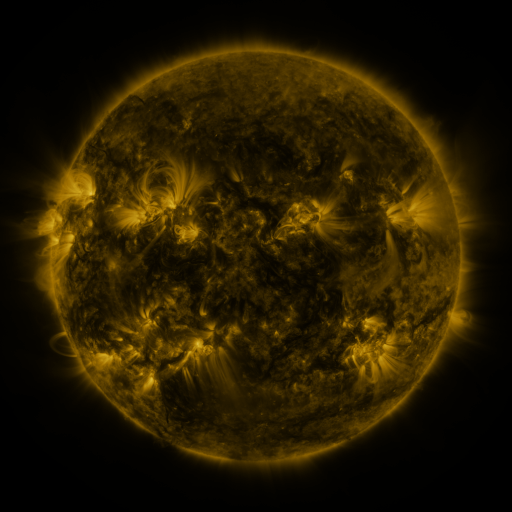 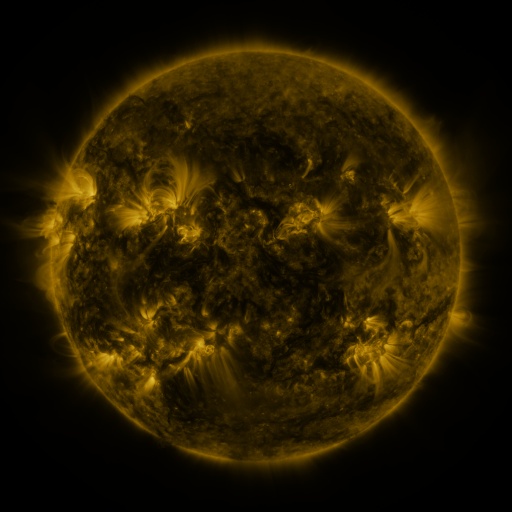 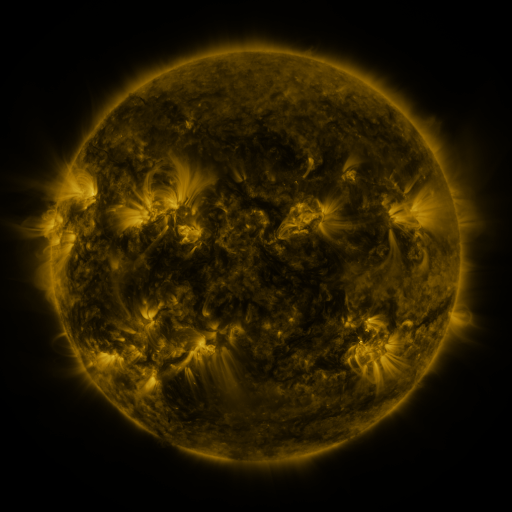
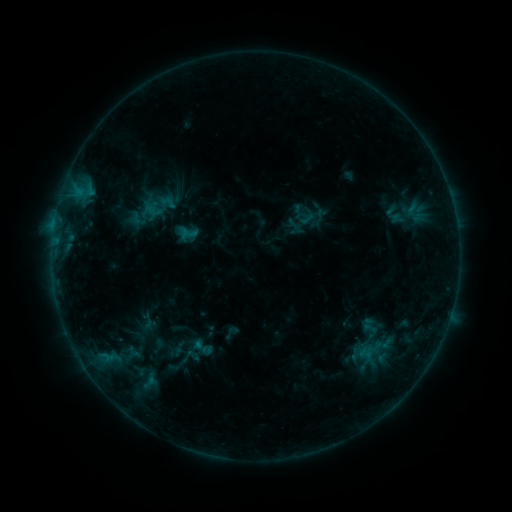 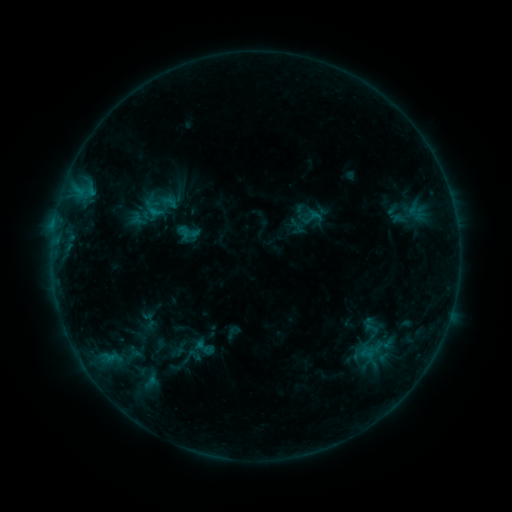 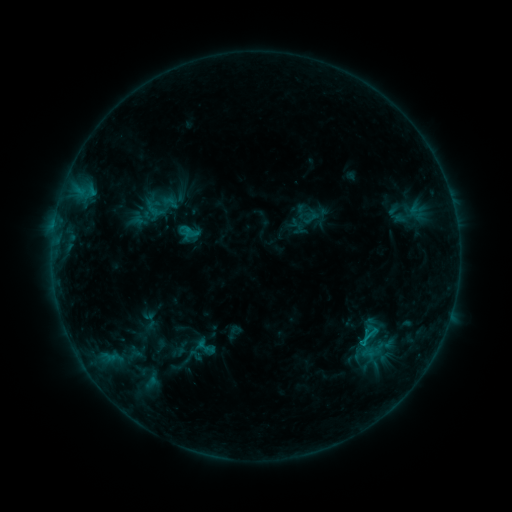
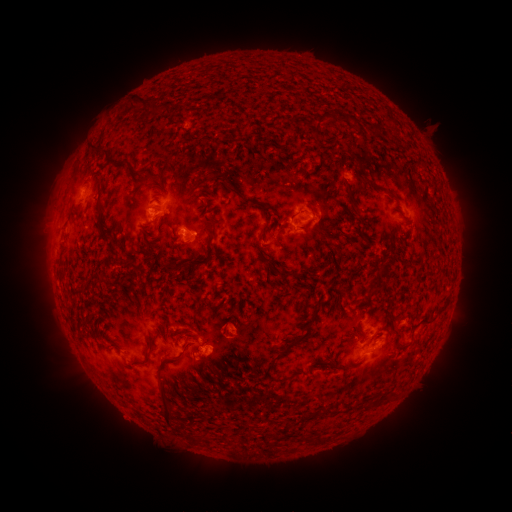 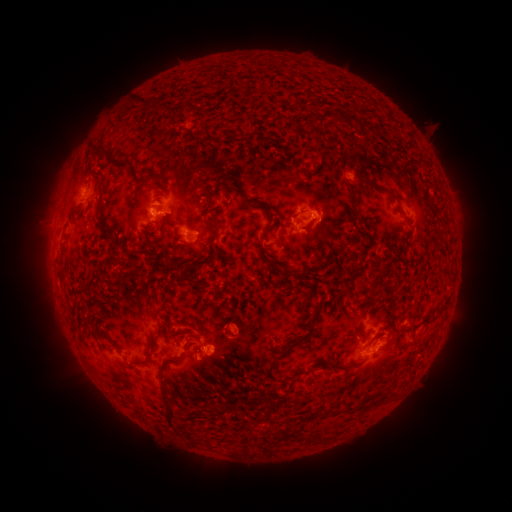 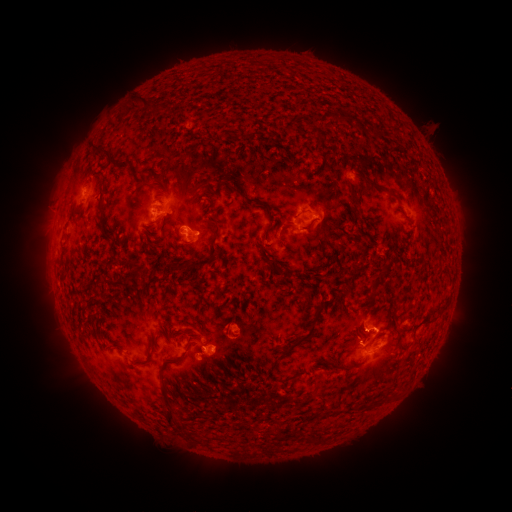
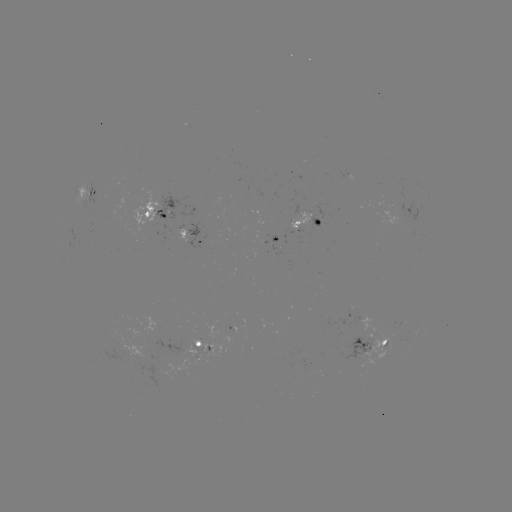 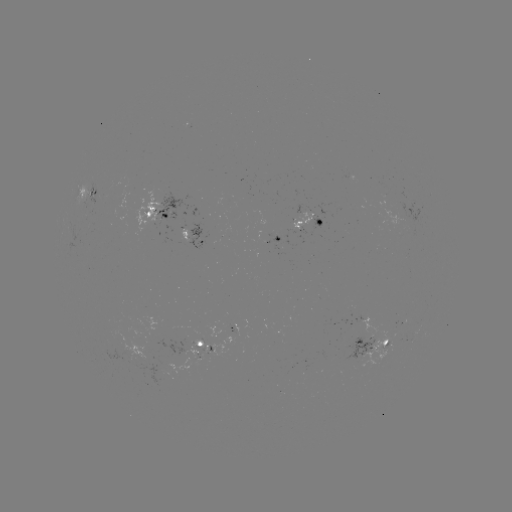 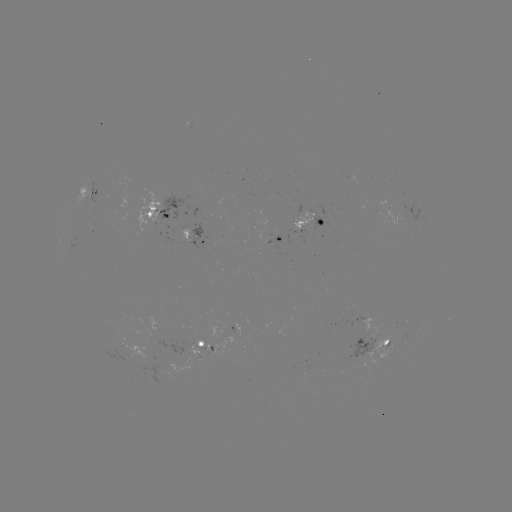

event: emerging-flux region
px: (183, 349)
